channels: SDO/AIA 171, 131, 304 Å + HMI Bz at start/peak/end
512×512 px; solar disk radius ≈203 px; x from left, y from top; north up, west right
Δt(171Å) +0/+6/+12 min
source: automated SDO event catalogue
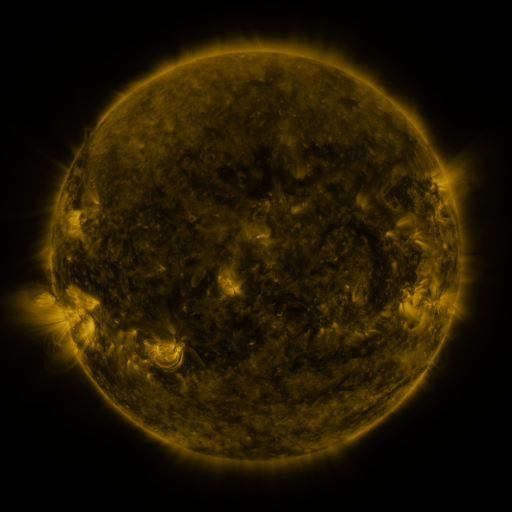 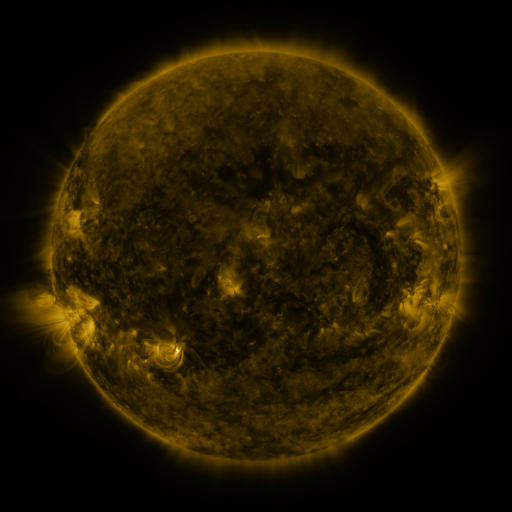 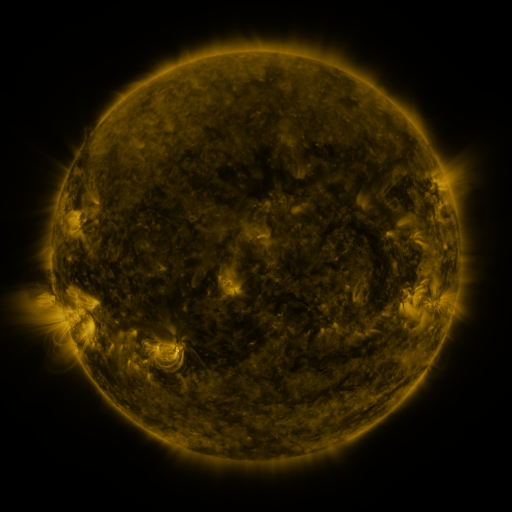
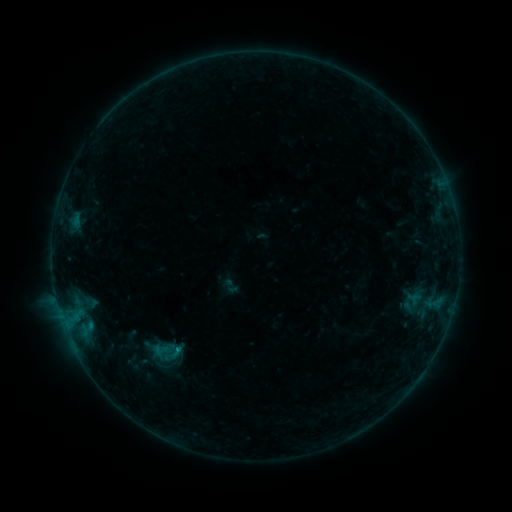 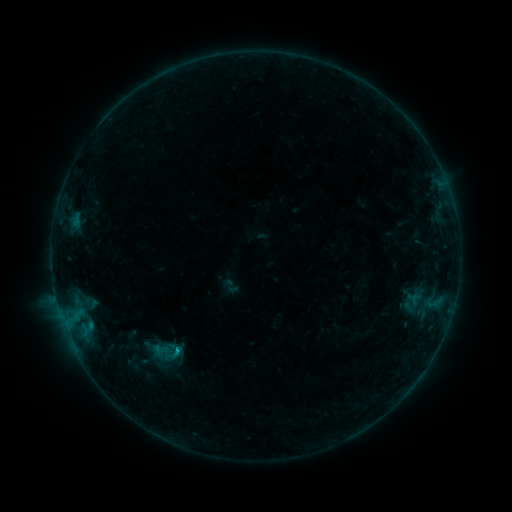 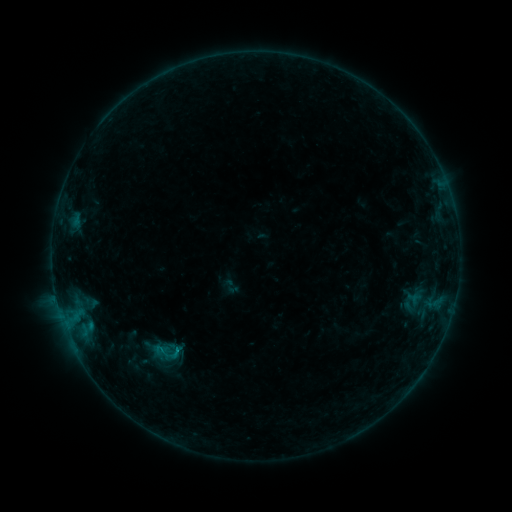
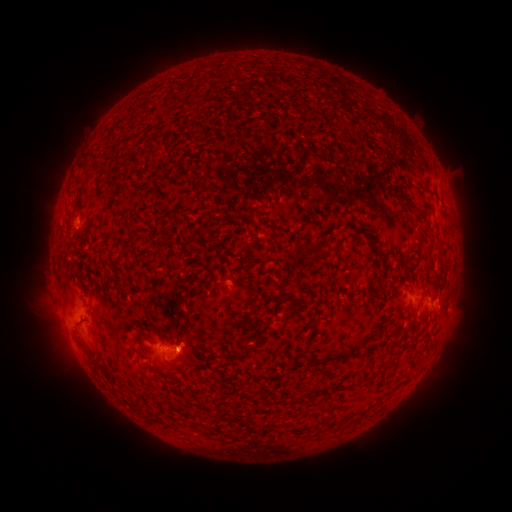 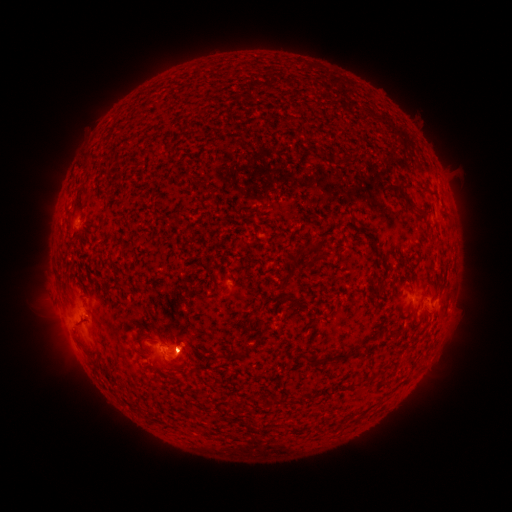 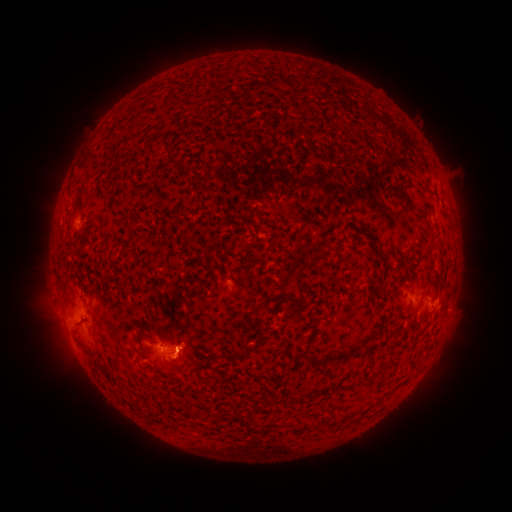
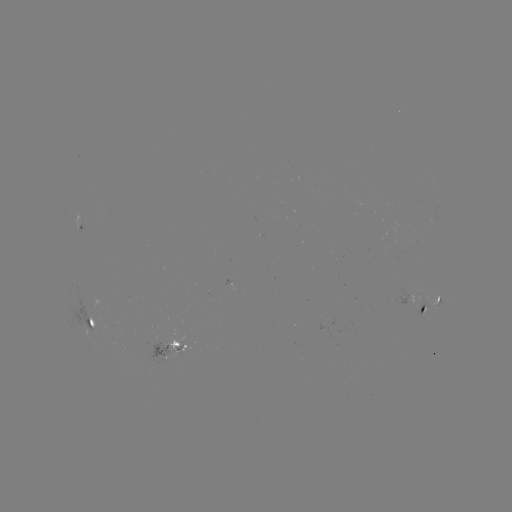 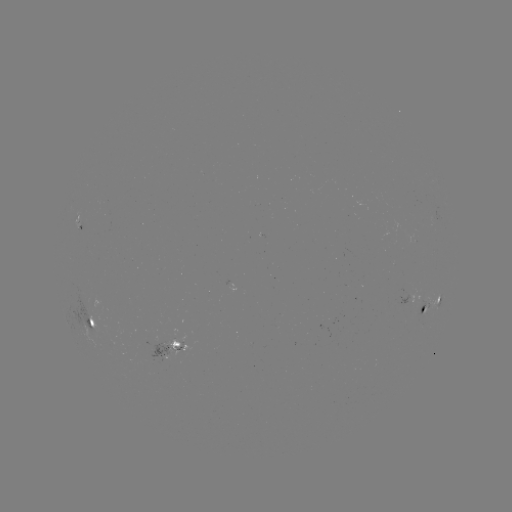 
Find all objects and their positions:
B5.5 flare: (178, 350)
